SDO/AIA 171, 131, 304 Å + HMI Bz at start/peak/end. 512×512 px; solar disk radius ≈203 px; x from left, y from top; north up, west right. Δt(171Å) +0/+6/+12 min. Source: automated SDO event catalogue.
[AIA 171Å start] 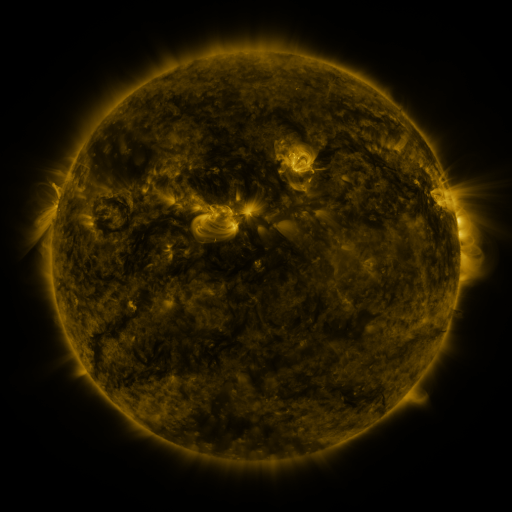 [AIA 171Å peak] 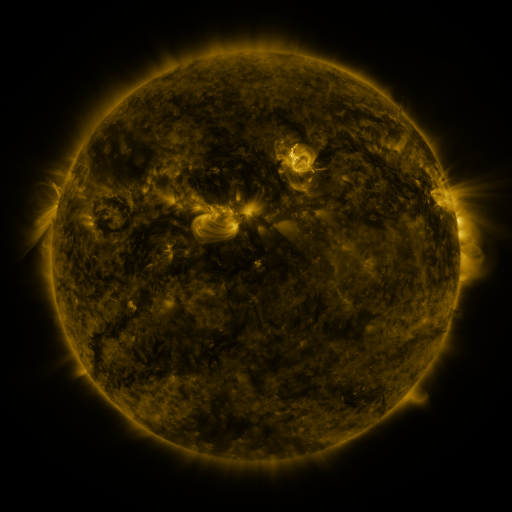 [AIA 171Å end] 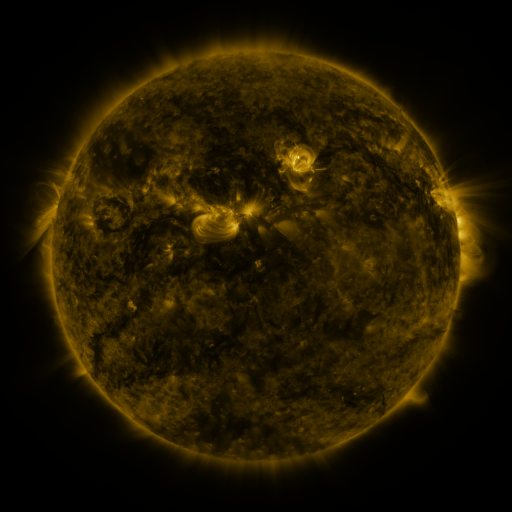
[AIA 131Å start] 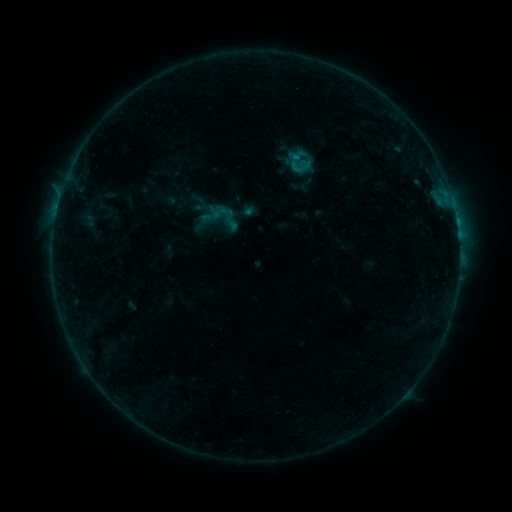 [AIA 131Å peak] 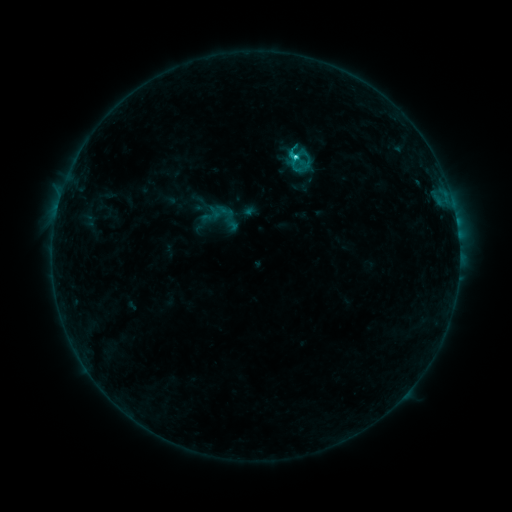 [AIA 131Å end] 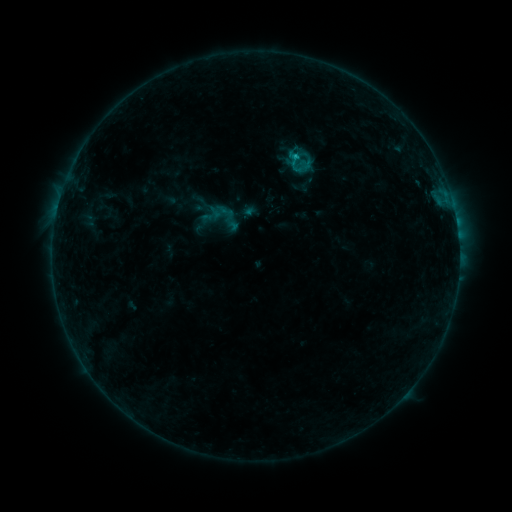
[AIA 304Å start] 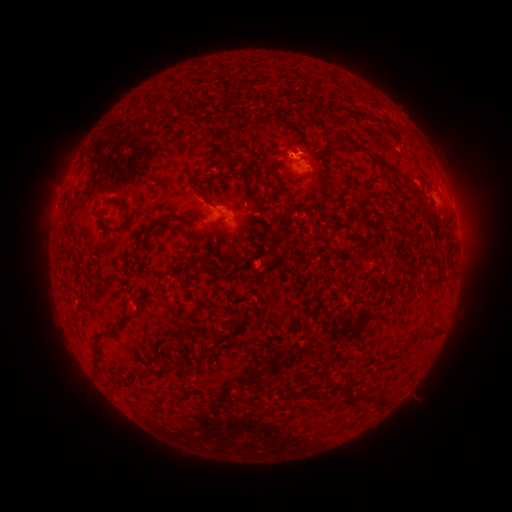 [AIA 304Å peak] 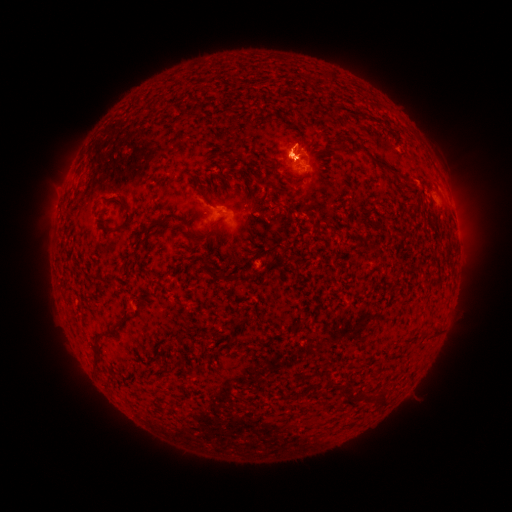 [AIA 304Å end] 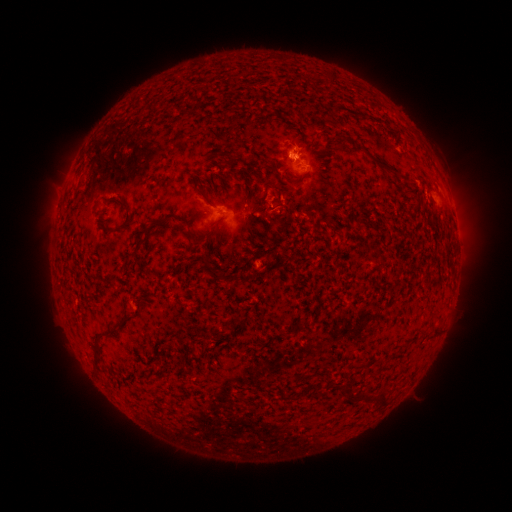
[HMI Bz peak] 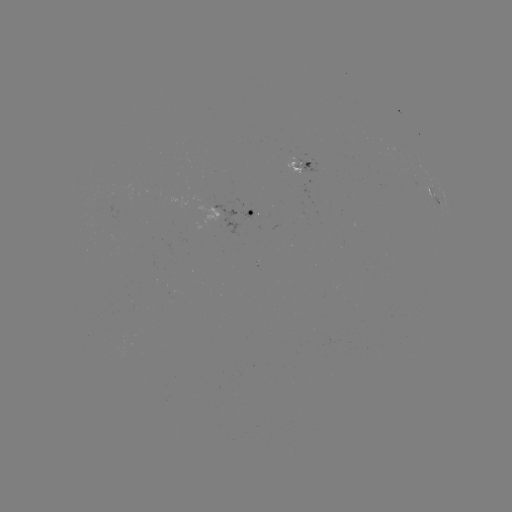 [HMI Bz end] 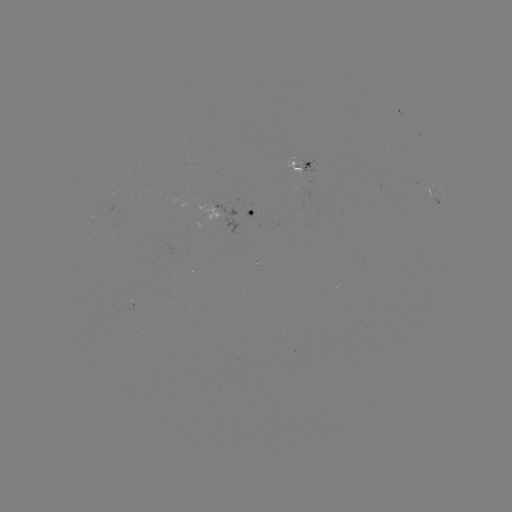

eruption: <bbox>263, 82, 351, 202</bbox>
